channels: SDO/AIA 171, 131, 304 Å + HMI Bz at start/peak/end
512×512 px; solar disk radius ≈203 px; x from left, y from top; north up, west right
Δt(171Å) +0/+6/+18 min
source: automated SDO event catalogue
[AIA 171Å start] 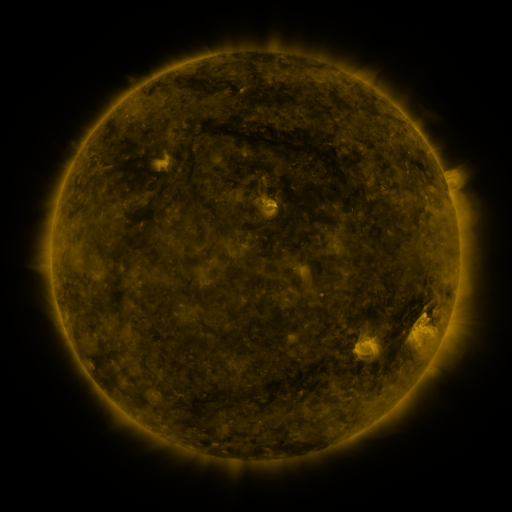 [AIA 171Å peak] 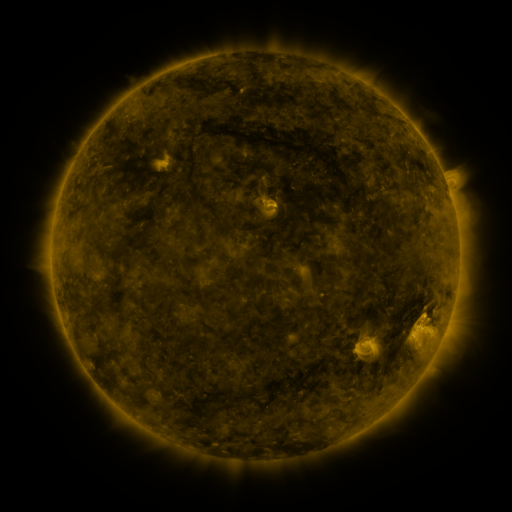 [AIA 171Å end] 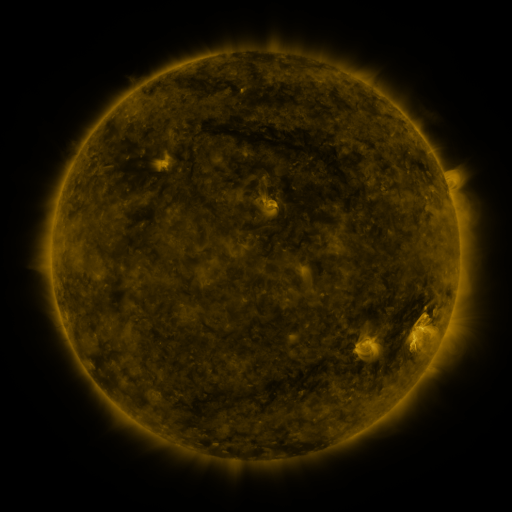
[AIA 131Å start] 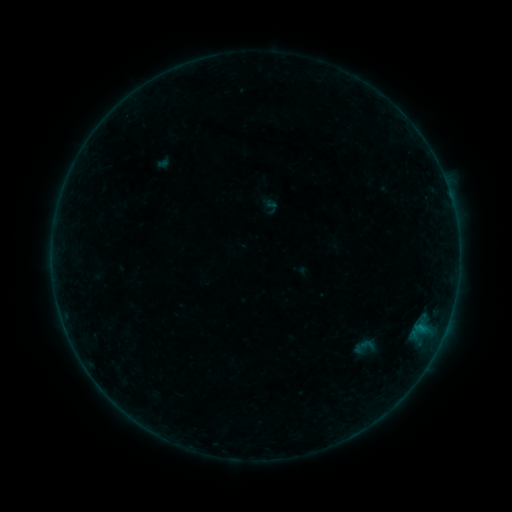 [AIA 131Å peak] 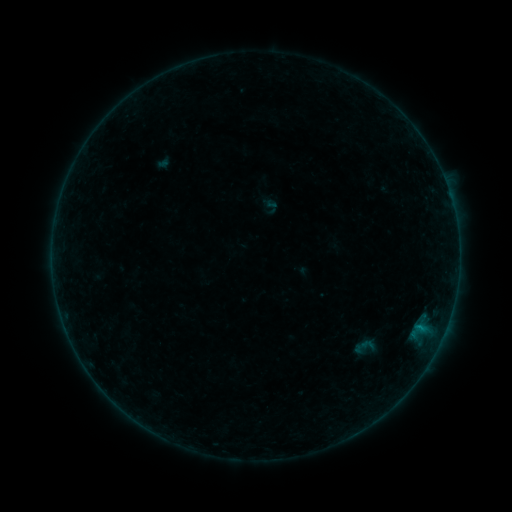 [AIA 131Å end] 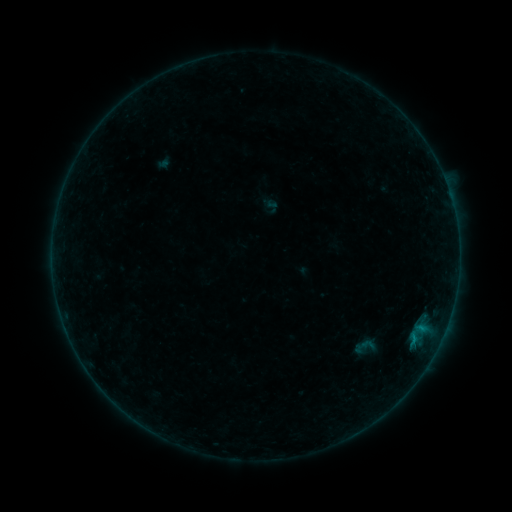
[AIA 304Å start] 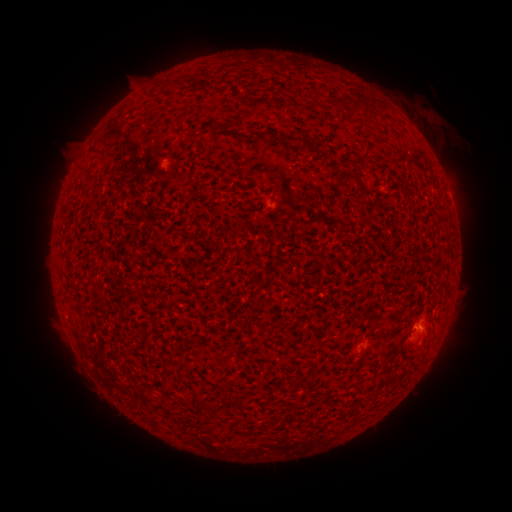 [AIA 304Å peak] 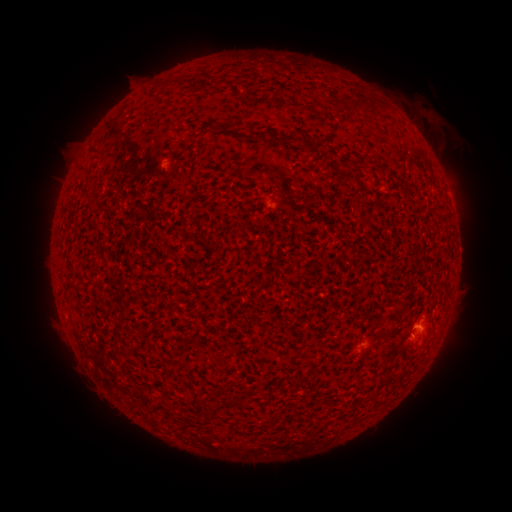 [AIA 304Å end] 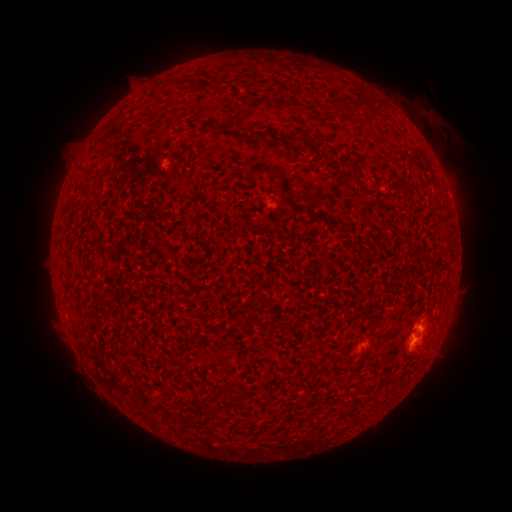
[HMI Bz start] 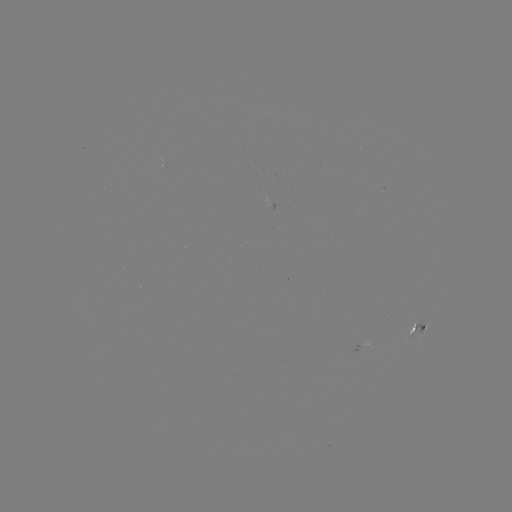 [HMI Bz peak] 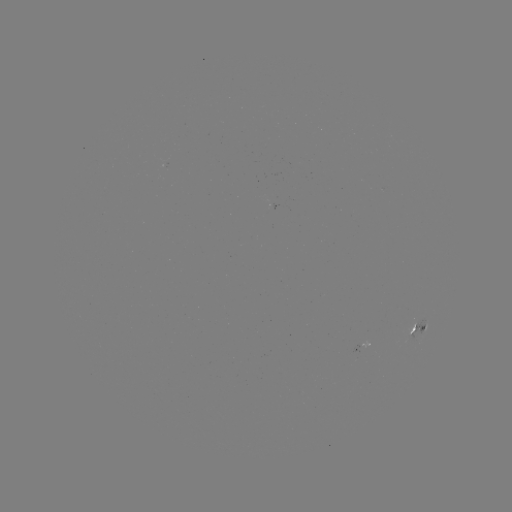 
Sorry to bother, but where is eruption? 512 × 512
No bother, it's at [422, 345].